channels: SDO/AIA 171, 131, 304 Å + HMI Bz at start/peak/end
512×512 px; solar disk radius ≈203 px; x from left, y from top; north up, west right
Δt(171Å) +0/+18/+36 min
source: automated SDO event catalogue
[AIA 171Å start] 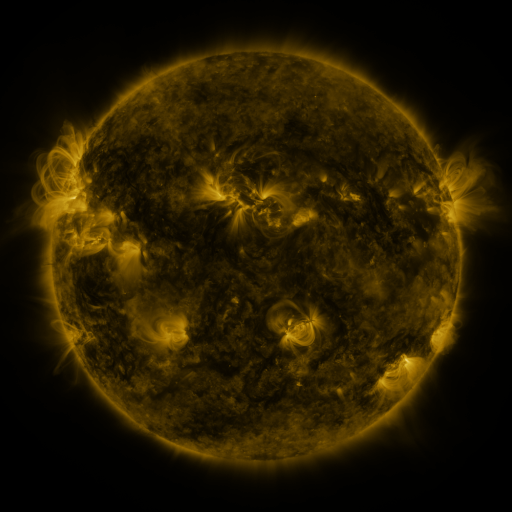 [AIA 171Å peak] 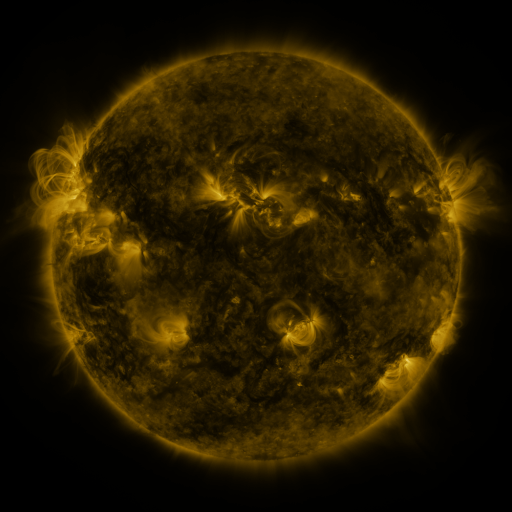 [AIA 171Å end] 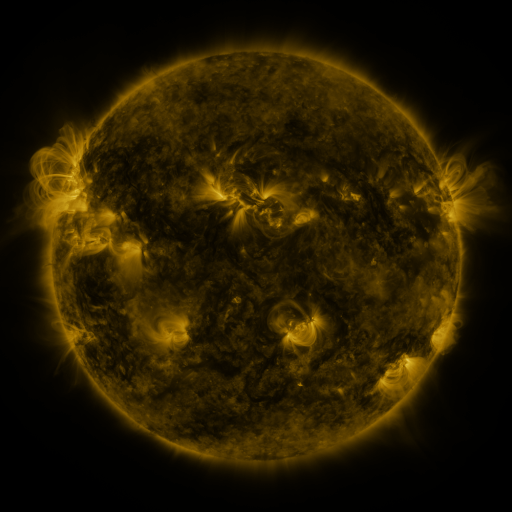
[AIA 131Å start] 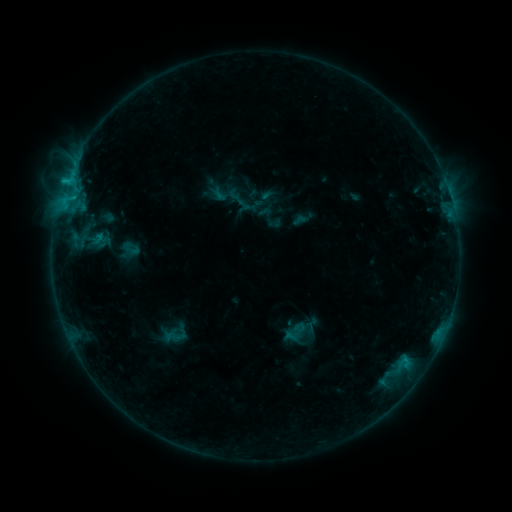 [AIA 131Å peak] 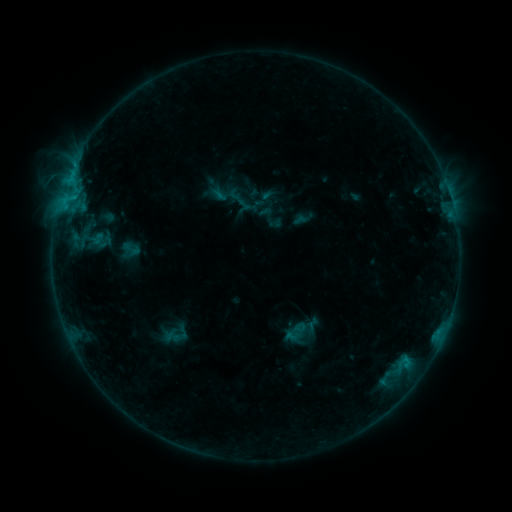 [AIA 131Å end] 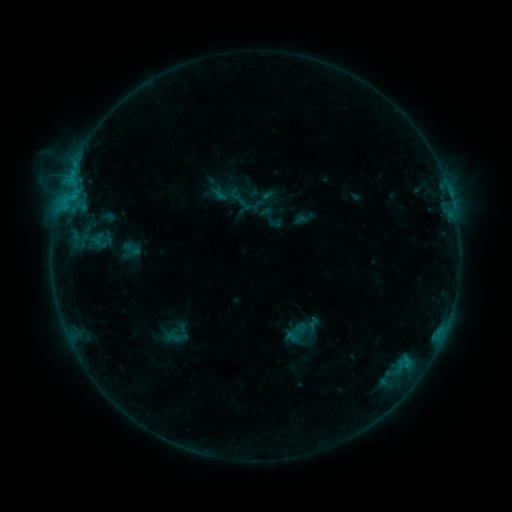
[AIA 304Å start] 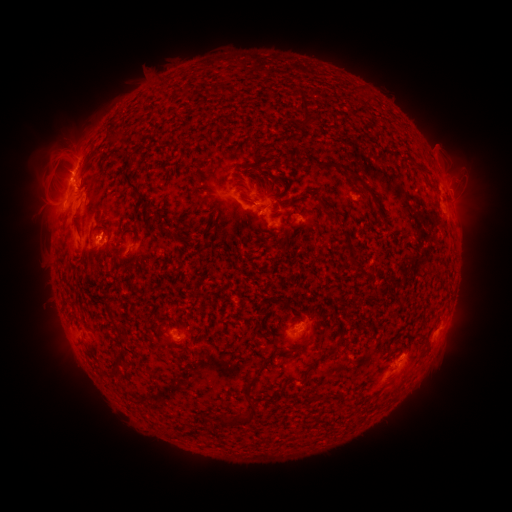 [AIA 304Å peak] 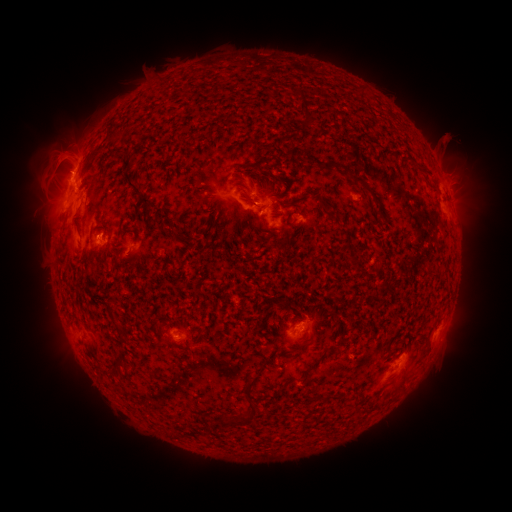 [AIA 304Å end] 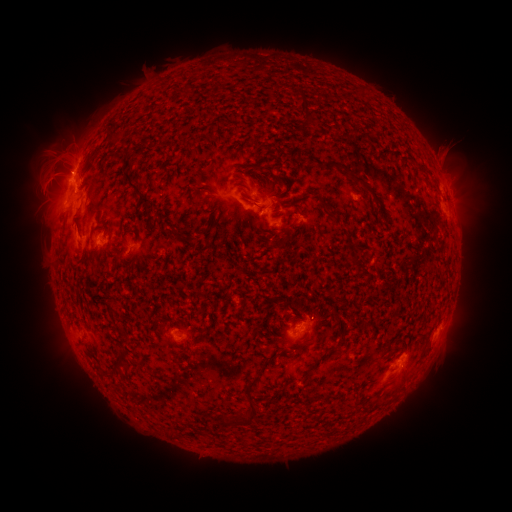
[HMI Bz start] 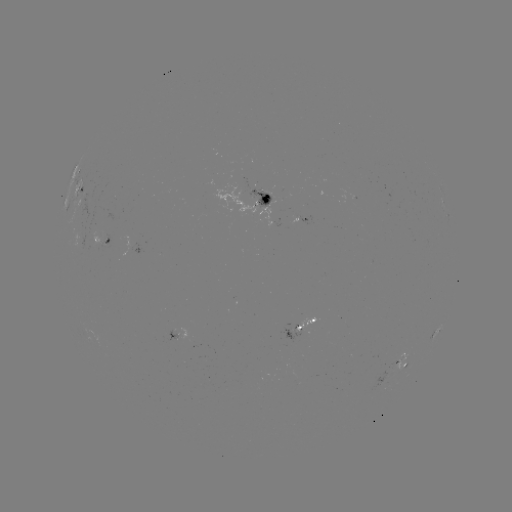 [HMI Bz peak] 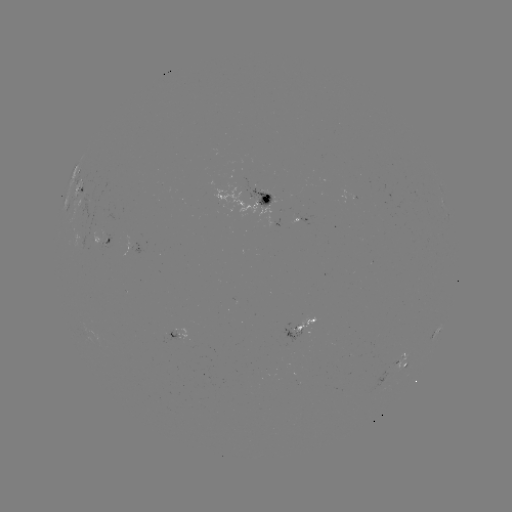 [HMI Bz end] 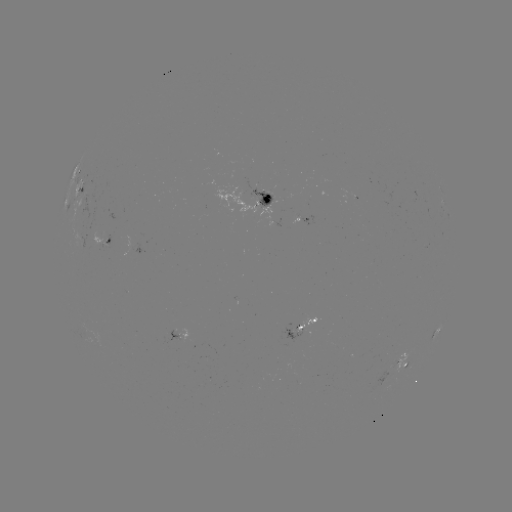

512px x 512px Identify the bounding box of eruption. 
[424, 119, 473, 170].